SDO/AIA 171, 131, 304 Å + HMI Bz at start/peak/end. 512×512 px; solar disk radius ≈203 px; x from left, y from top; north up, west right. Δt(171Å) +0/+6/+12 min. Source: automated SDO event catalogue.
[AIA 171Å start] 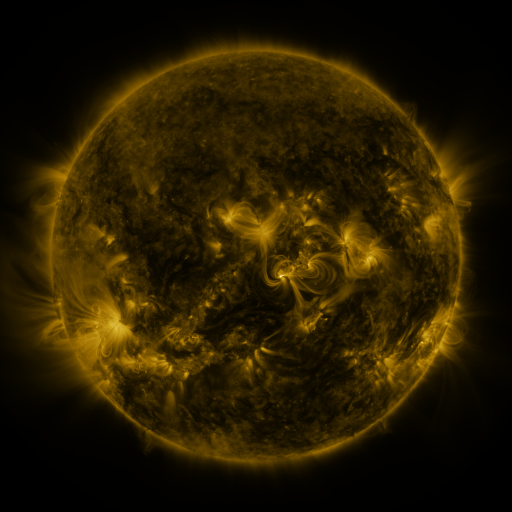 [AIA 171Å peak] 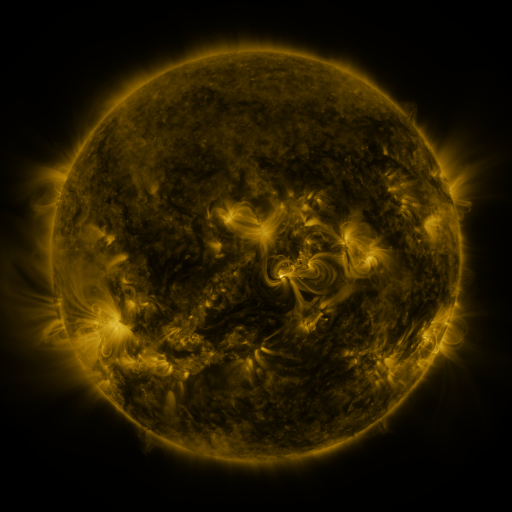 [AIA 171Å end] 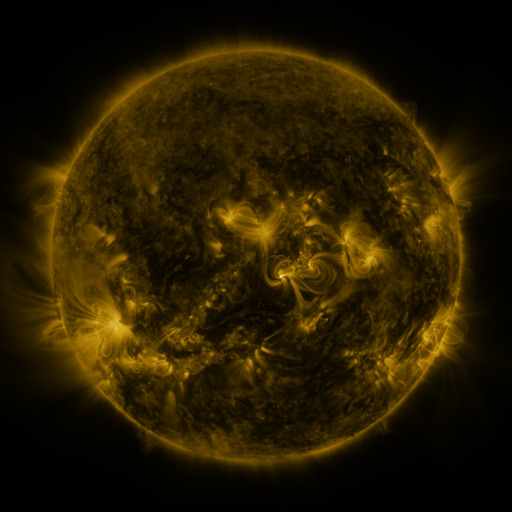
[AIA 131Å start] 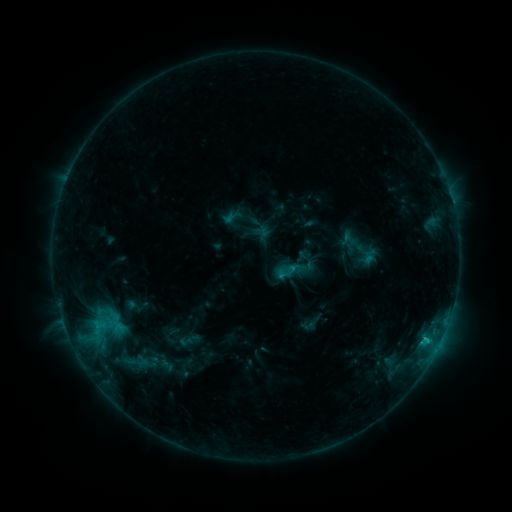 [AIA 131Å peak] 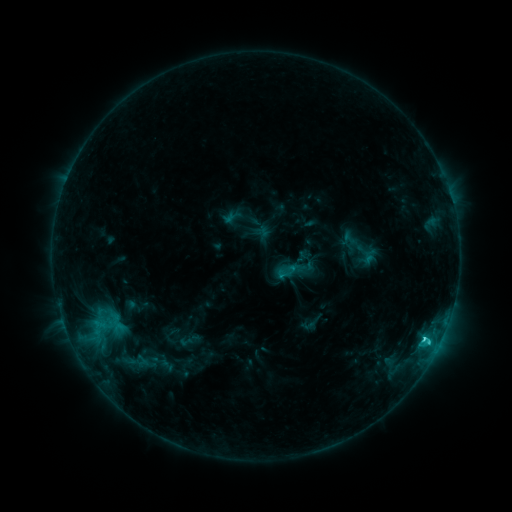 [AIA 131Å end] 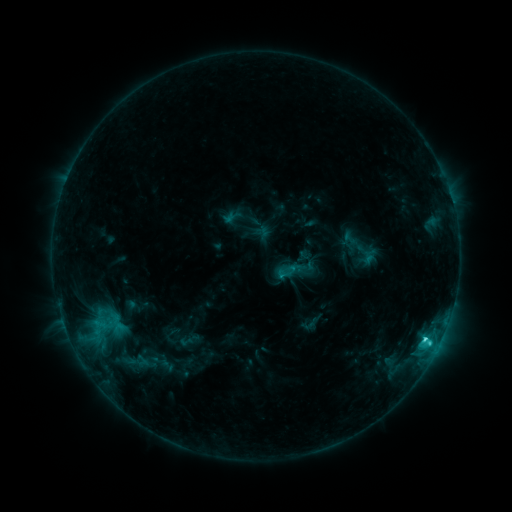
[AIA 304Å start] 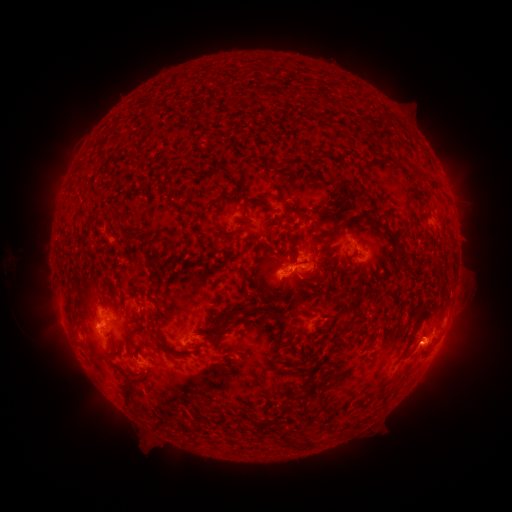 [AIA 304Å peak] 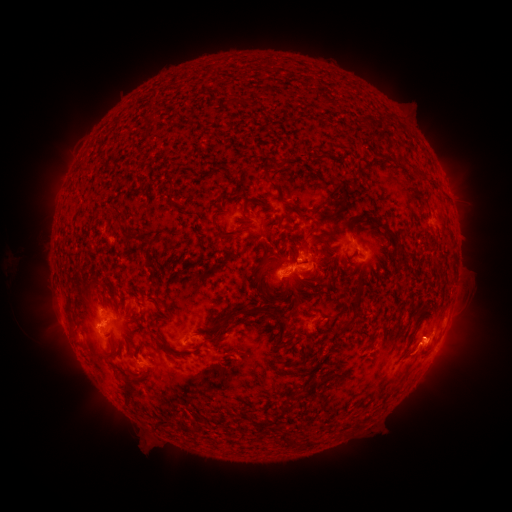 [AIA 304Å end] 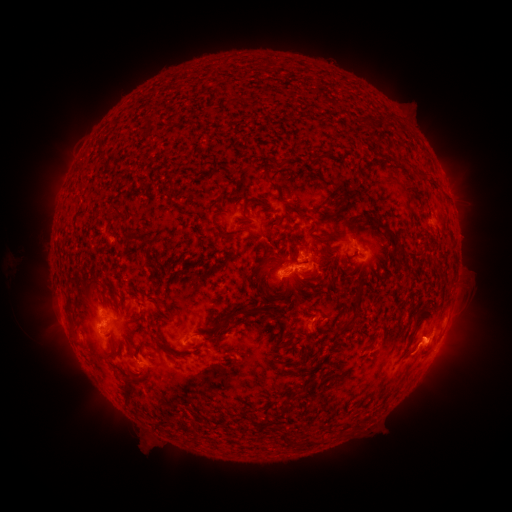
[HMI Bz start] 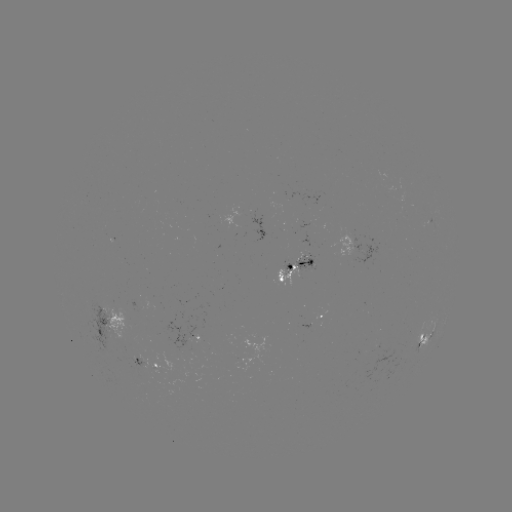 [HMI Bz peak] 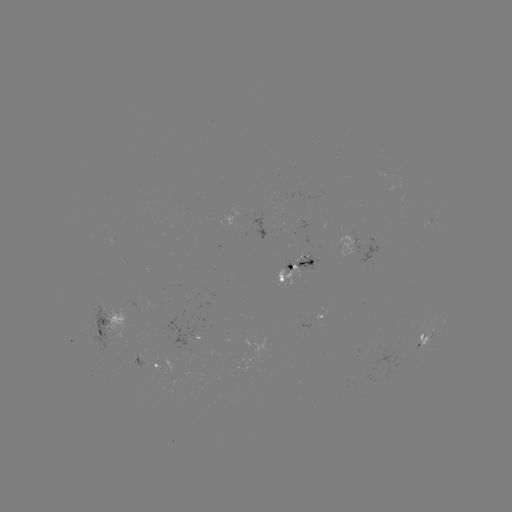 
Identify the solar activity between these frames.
C3.1 flare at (423, 336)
